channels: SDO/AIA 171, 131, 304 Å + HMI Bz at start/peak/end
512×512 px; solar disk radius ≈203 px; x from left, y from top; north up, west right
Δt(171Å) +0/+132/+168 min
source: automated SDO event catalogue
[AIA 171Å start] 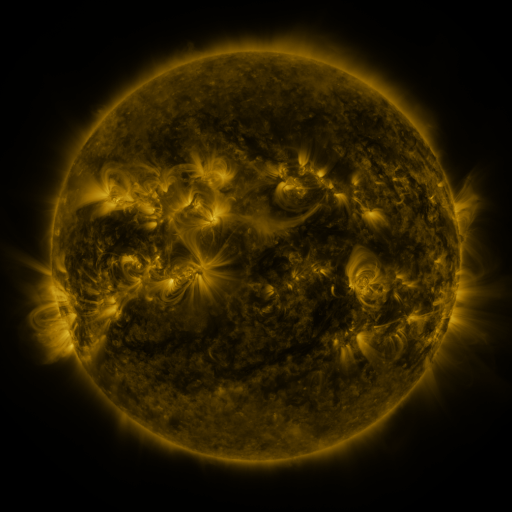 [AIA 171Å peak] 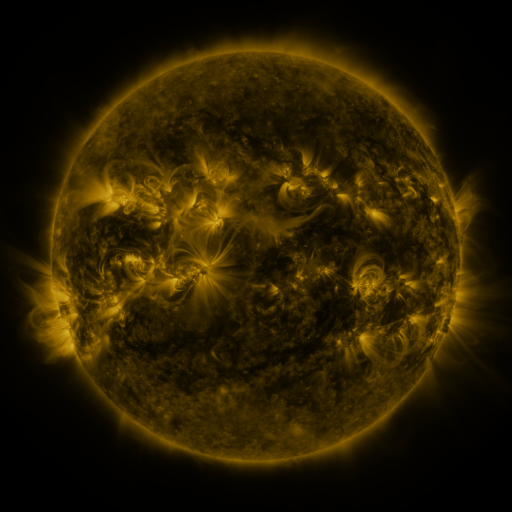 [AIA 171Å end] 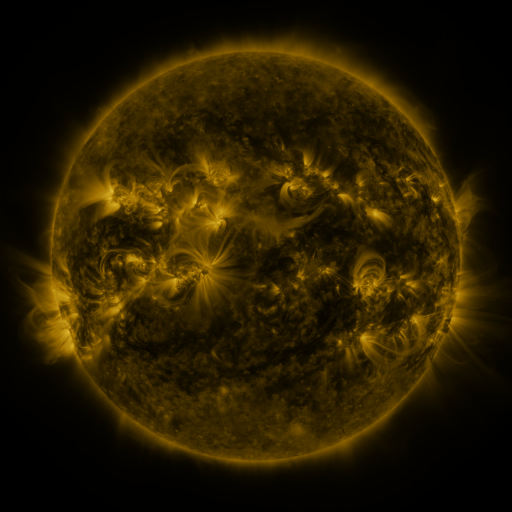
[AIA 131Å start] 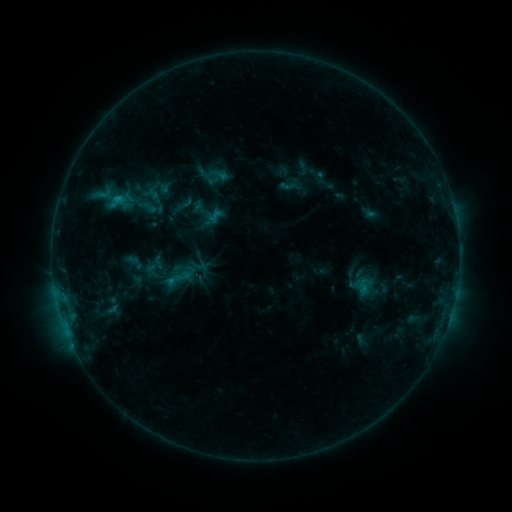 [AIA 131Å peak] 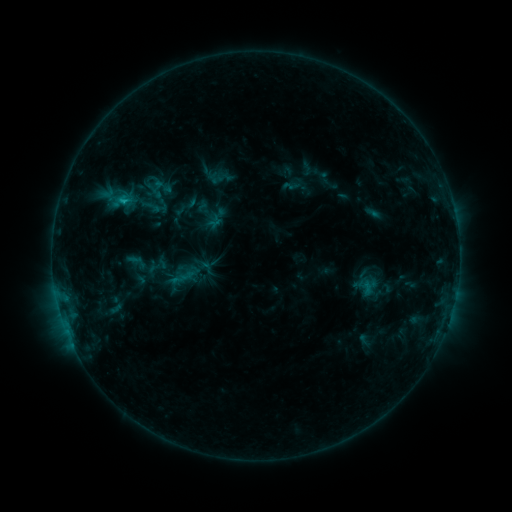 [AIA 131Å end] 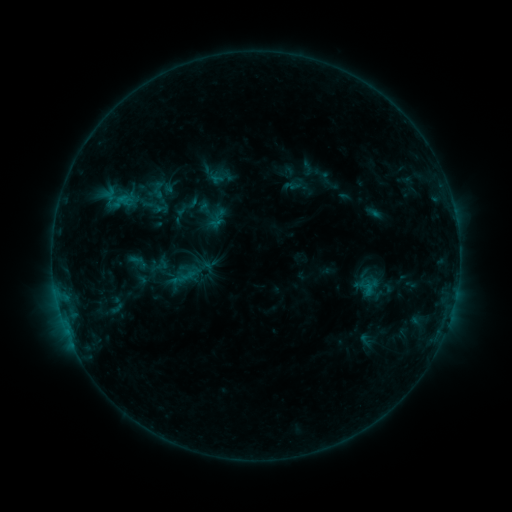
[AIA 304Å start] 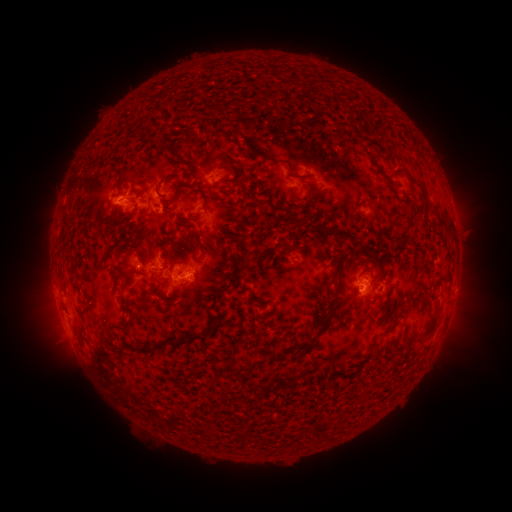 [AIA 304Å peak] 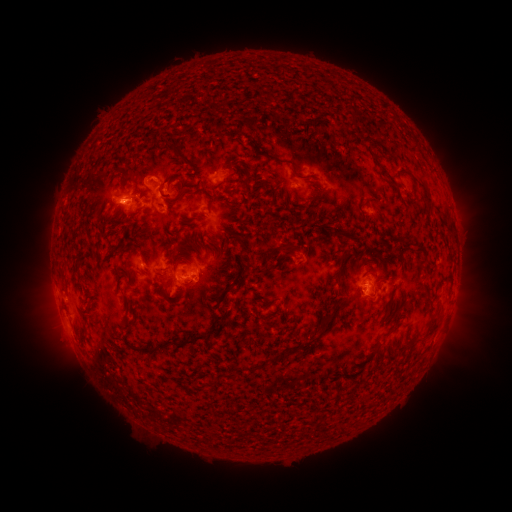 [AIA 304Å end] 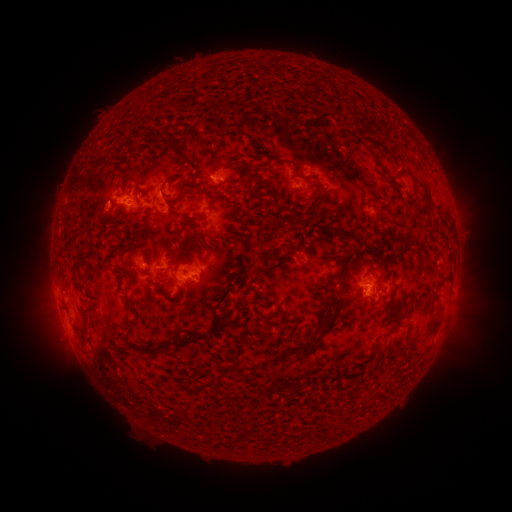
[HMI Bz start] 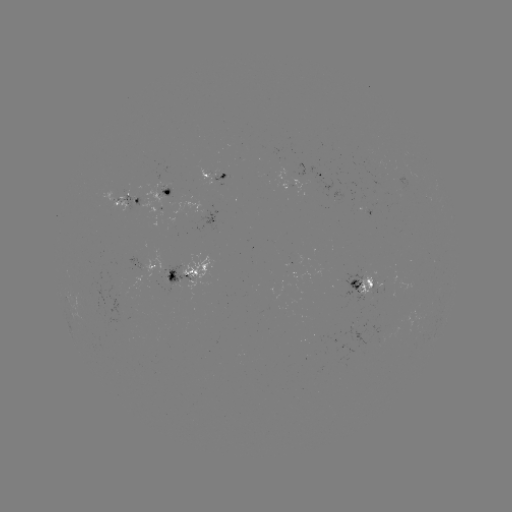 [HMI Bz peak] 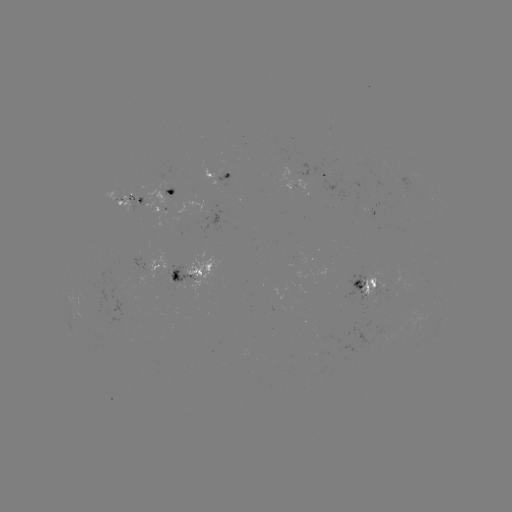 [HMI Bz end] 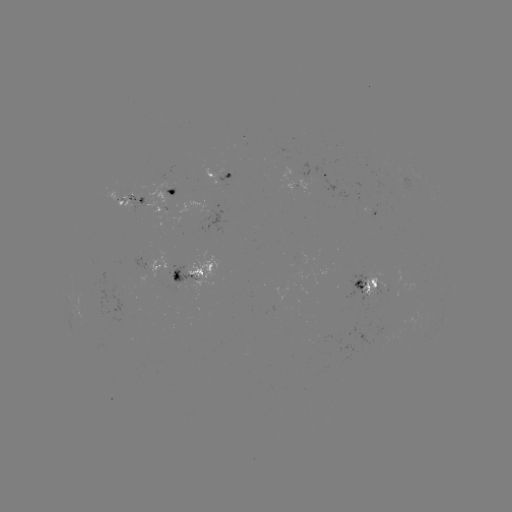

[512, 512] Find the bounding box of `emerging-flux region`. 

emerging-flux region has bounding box [359, 270, 380, 306].